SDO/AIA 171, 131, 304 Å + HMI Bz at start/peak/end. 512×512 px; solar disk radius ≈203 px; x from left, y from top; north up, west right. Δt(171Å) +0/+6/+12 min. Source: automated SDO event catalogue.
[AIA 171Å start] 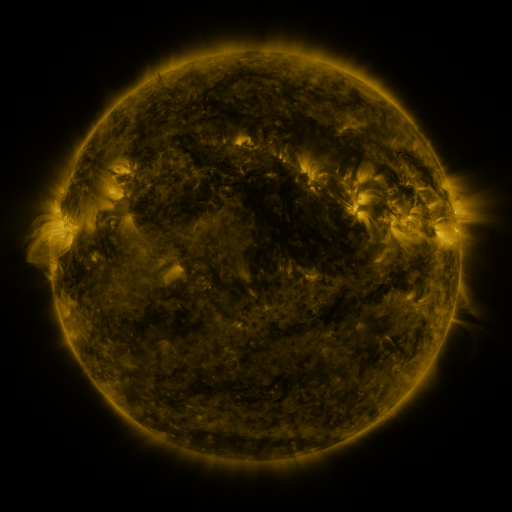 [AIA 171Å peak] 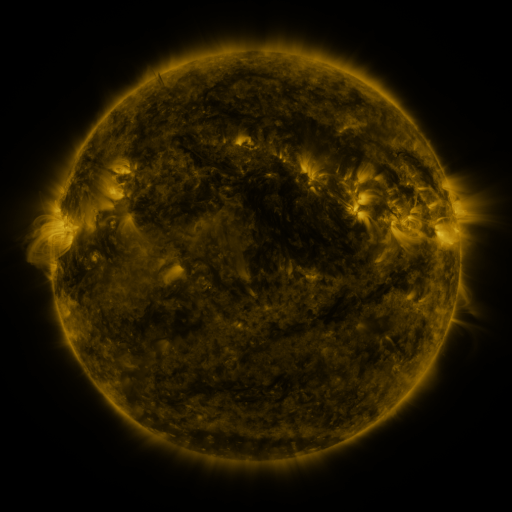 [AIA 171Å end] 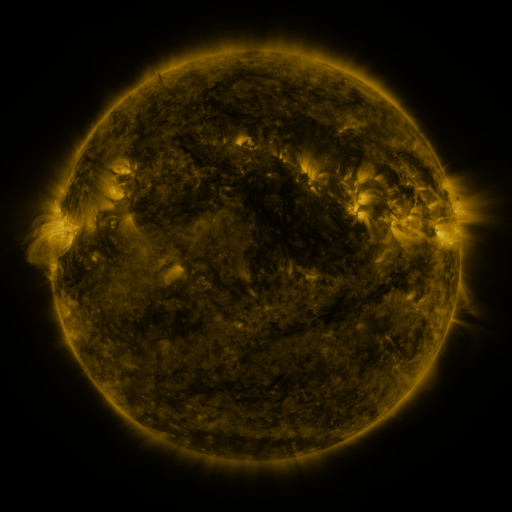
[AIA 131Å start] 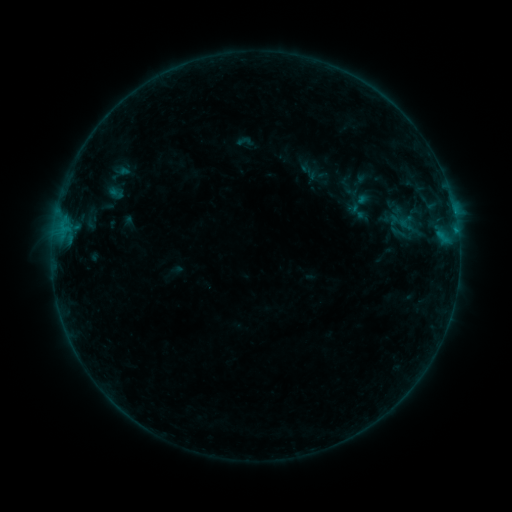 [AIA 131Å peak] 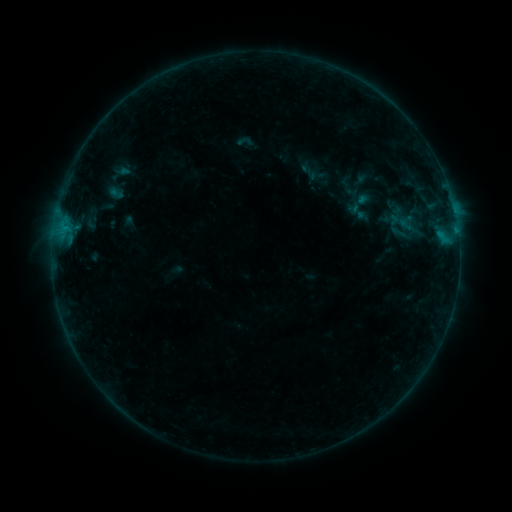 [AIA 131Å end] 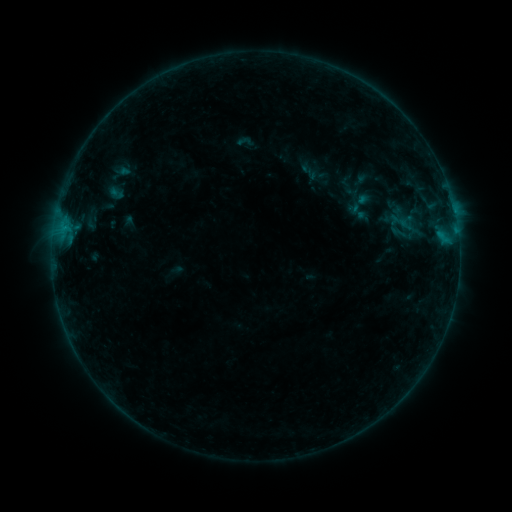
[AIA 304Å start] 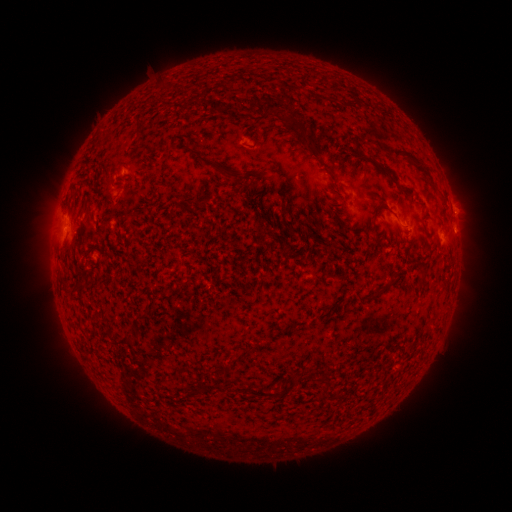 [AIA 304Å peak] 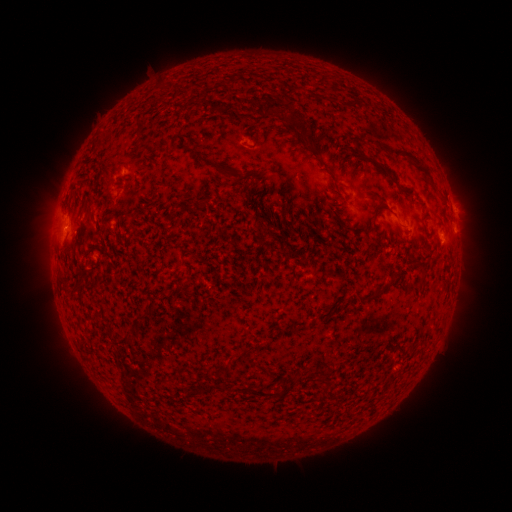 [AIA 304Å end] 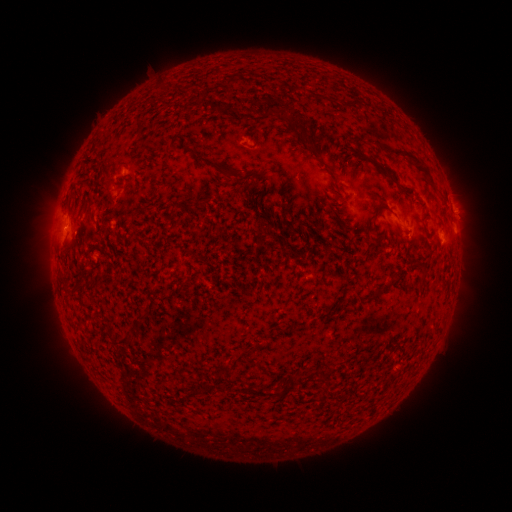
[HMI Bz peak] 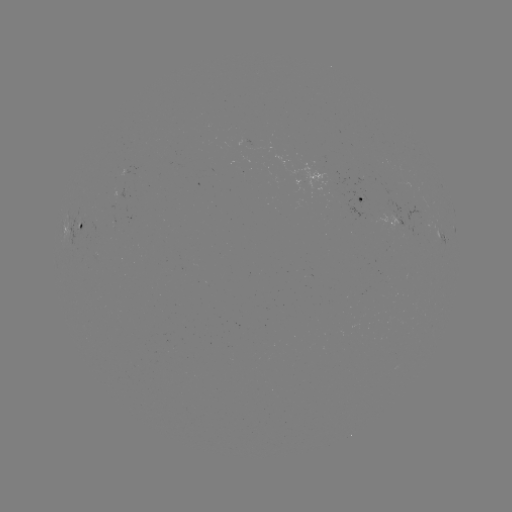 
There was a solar flare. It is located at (116, 398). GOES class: B2.7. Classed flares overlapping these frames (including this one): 1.